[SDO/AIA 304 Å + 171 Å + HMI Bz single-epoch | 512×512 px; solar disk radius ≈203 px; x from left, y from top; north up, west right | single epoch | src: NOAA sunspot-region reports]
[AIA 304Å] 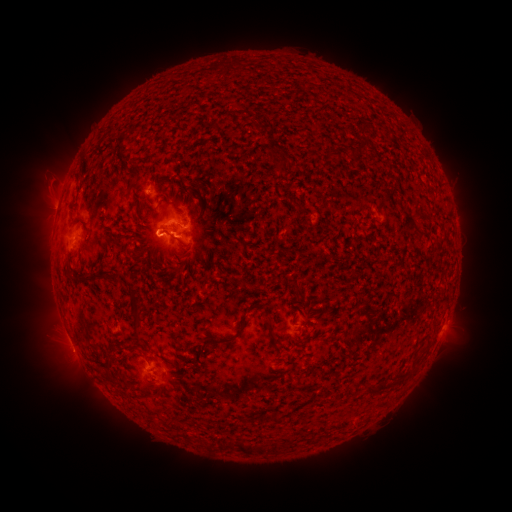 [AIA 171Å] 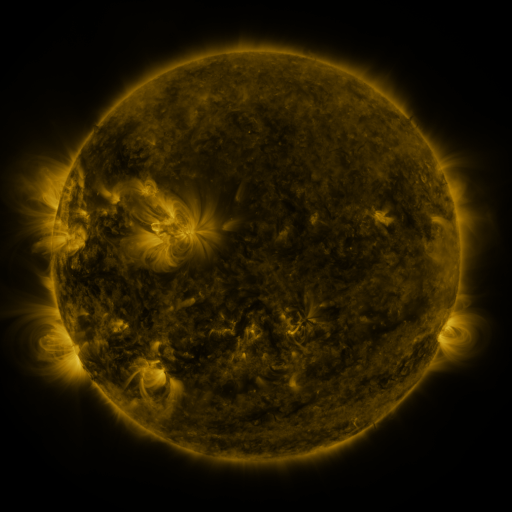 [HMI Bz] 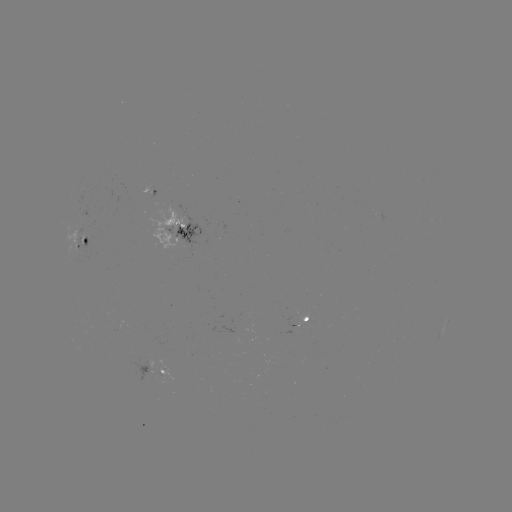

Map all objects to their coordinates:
spotted active region: (181, 229)
spotted active region: (82, 242)
spotted active region: (307, 318)
spotted active region: (445, 324)
spotted active region: (165, 372)
